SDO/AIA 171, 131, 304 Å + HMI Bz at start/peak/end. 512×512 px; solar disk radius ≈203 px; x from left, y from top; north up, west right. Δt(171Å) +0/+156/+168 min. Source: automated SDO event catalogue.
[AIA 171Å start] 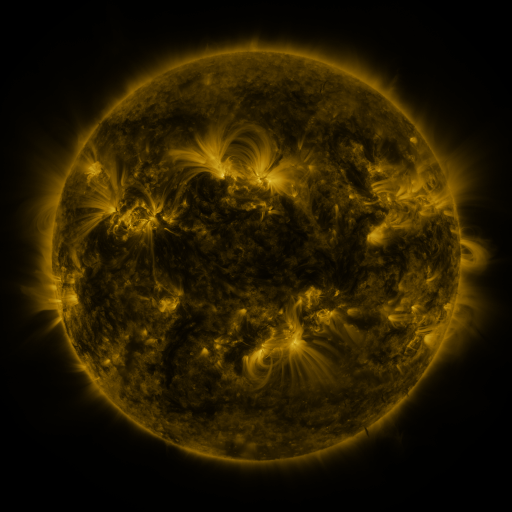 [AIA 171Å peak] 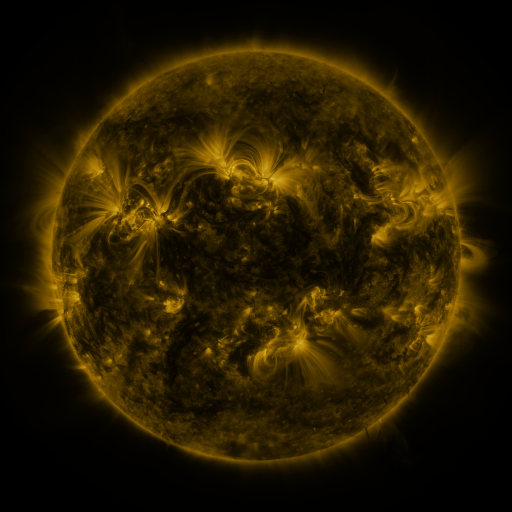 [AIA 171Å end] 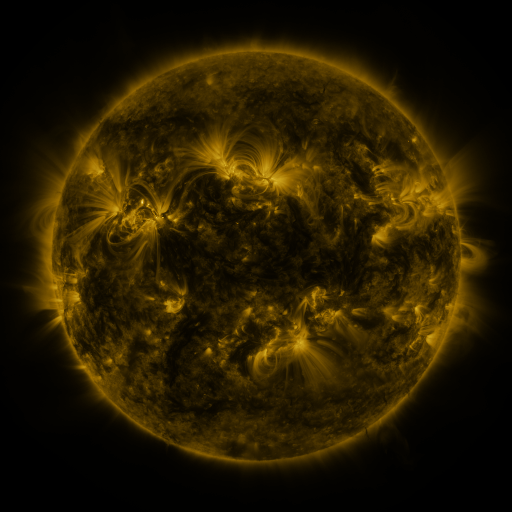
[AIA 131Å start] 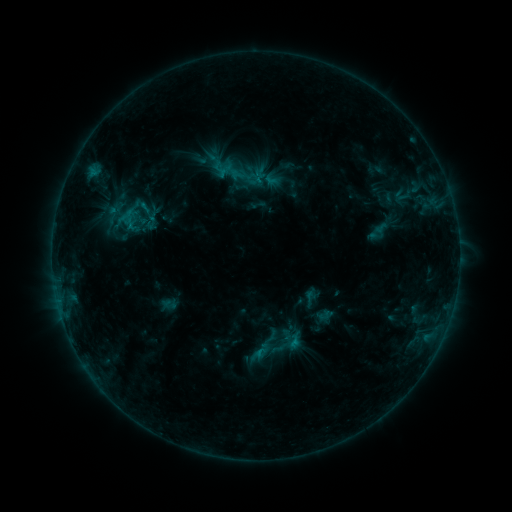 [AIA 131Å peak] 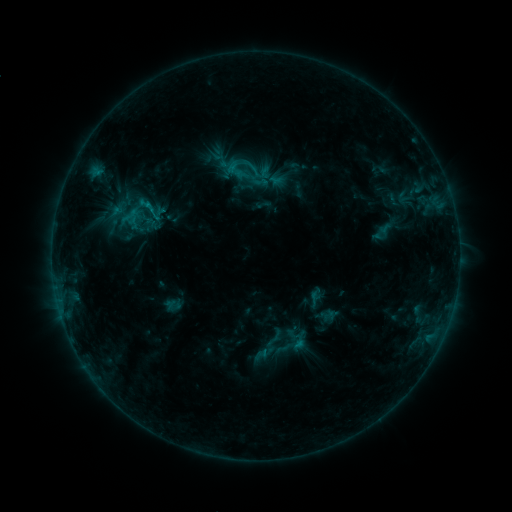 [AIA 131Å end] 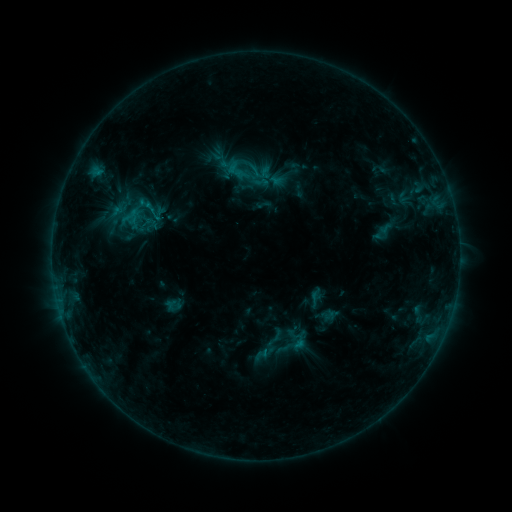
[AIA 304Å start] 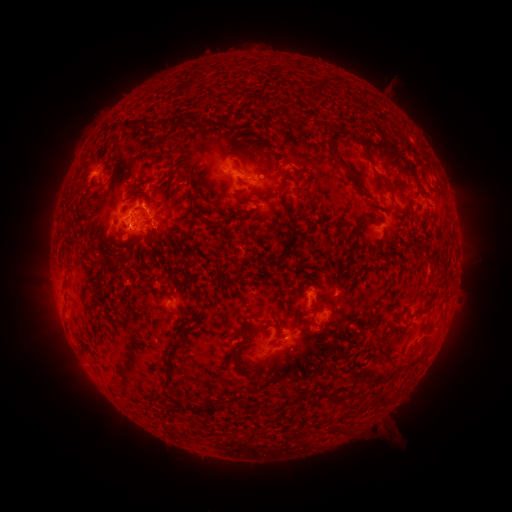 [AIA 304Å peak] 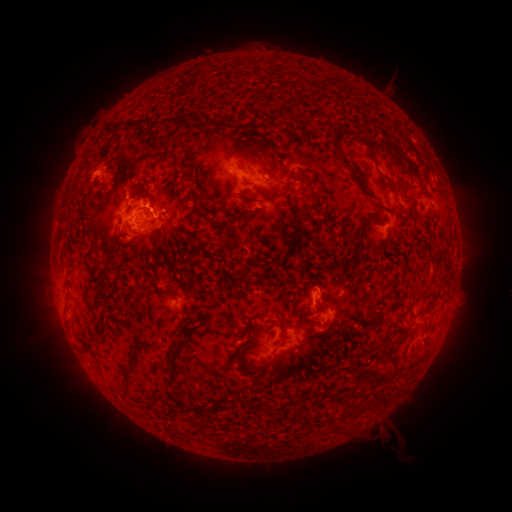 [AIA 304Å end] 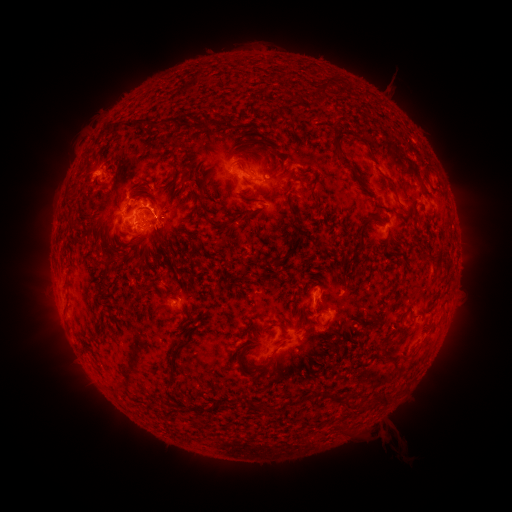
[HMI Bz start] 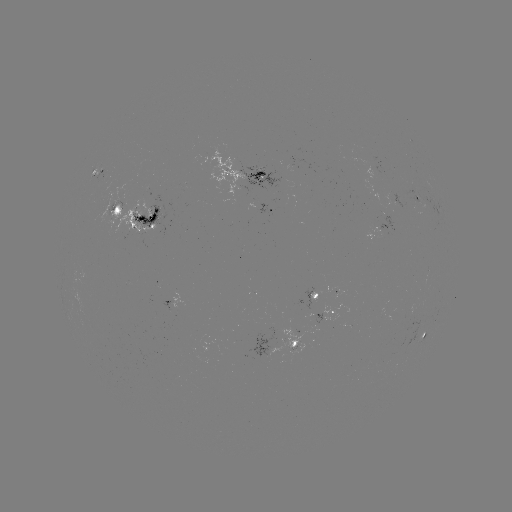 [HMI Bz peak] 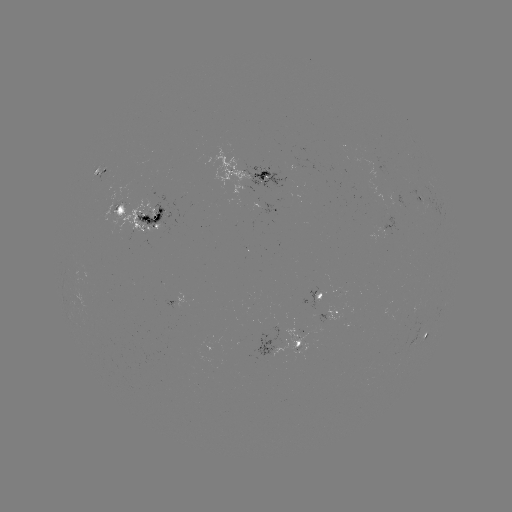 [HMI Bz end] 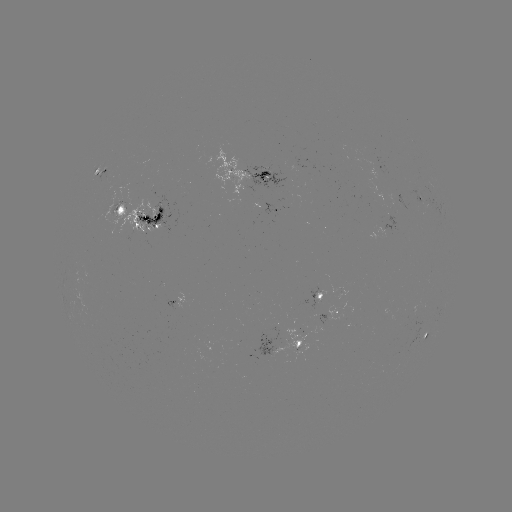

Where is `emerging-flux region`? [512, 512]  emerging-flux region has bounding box [309, 288, 319, 310].